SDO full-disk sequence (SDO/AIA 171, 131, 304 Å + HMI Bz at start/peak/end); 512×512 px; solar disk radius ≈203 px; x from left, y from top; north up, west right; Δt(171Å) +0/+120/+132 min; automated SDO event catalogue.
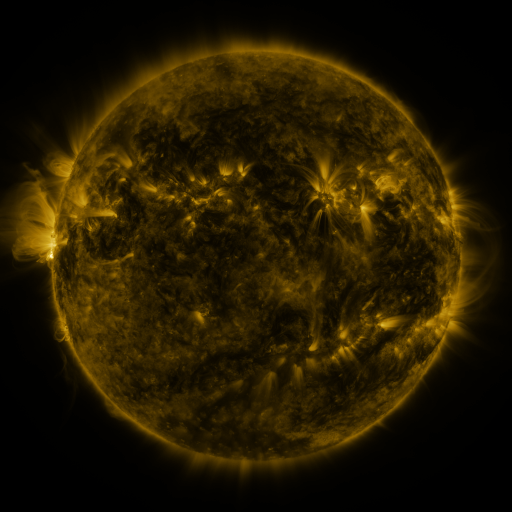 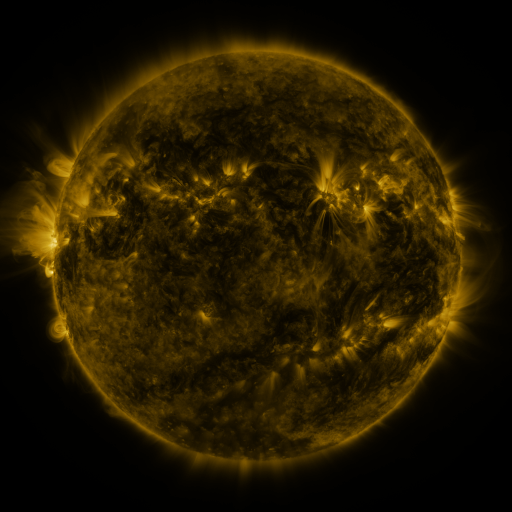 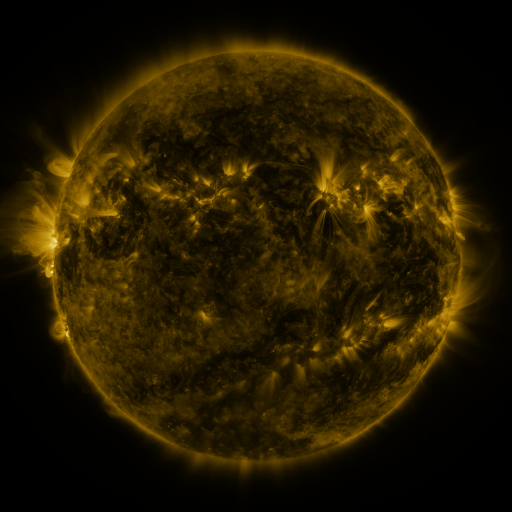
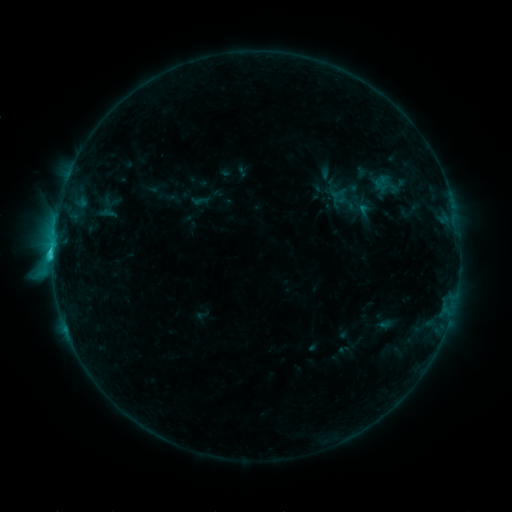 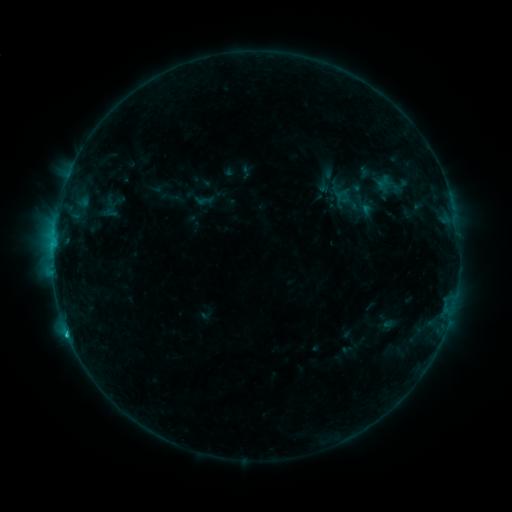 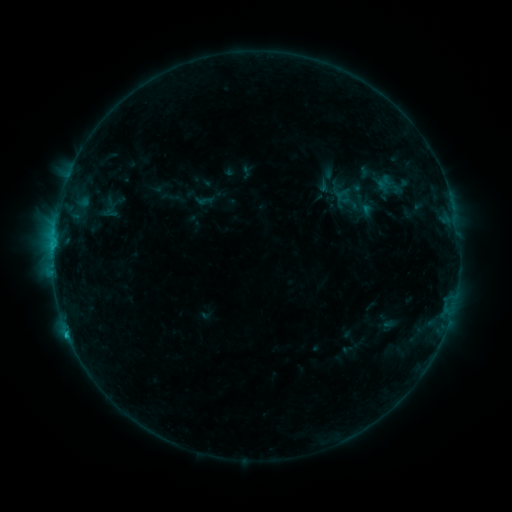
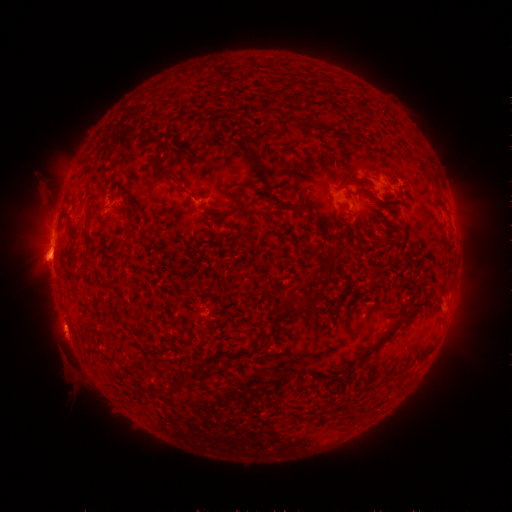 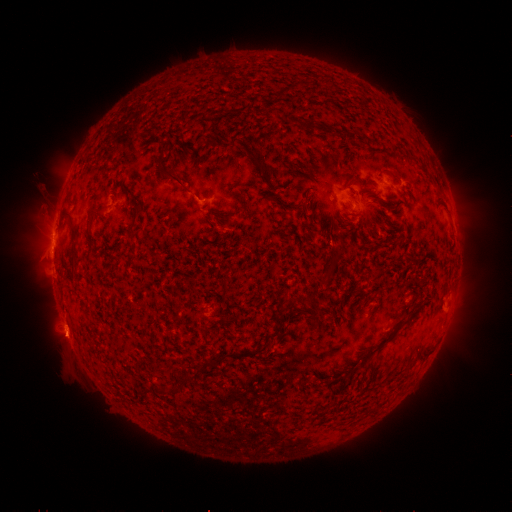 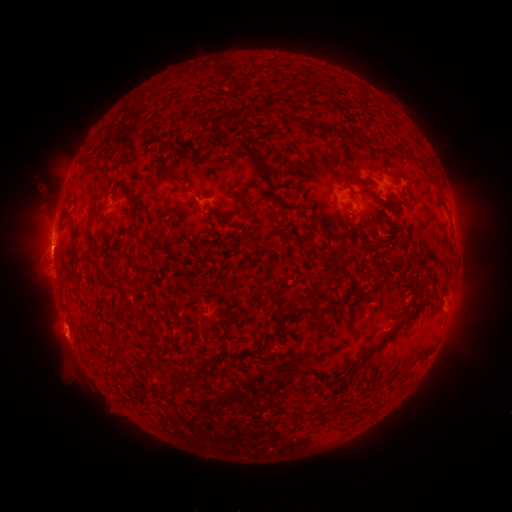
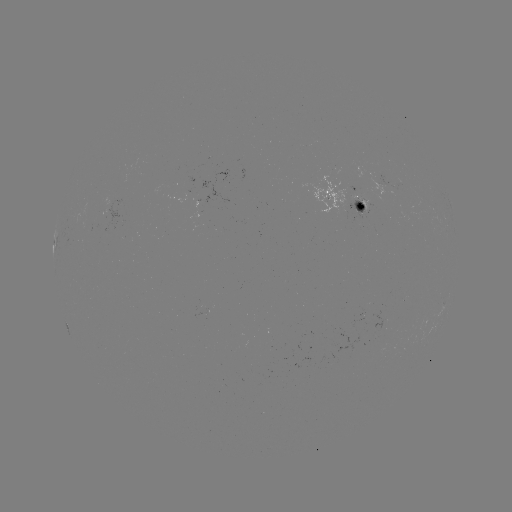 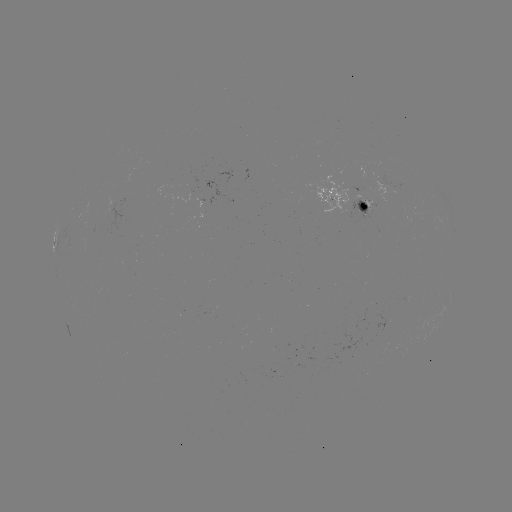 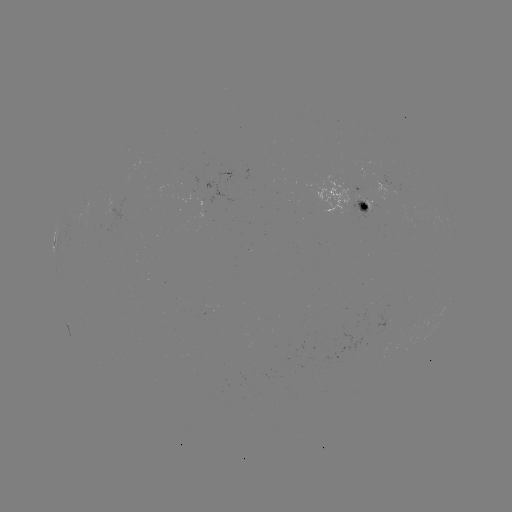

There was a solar emerging-flux region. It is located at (360, 210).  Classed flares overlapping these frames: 1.